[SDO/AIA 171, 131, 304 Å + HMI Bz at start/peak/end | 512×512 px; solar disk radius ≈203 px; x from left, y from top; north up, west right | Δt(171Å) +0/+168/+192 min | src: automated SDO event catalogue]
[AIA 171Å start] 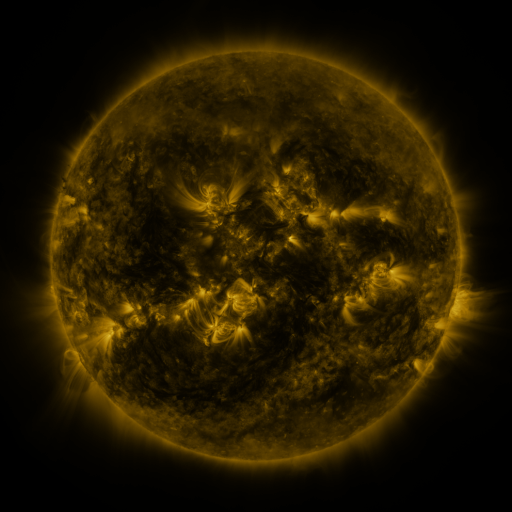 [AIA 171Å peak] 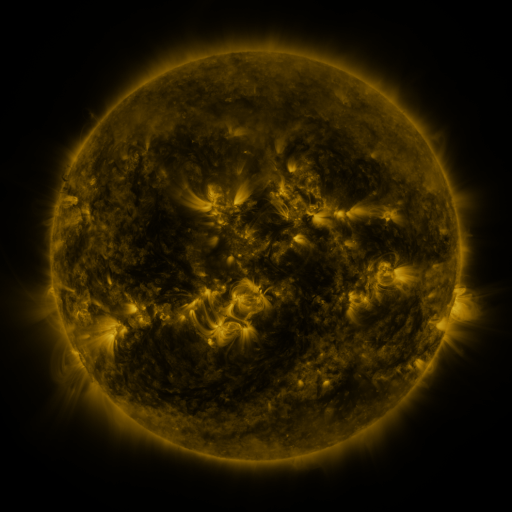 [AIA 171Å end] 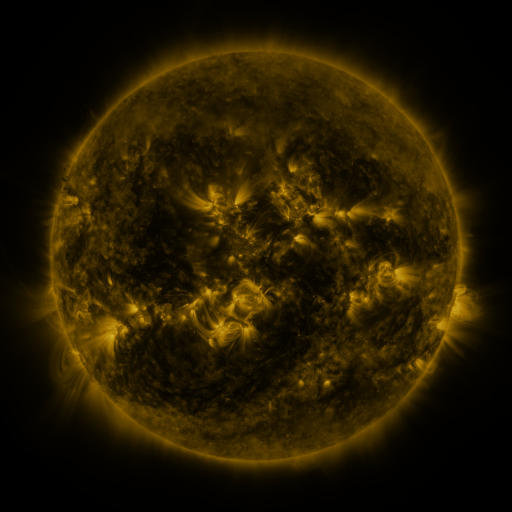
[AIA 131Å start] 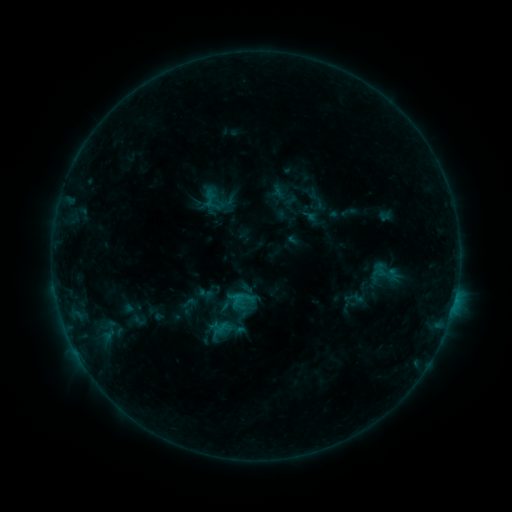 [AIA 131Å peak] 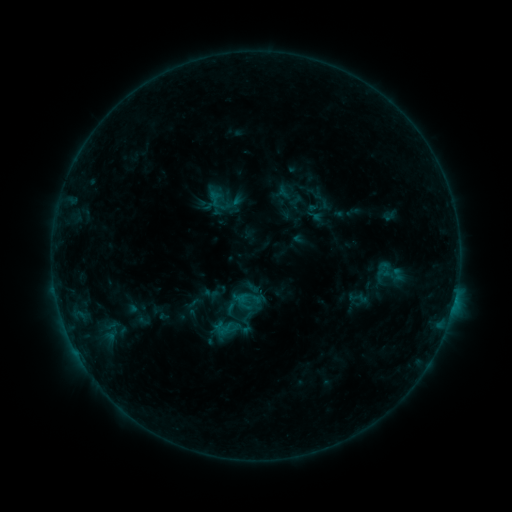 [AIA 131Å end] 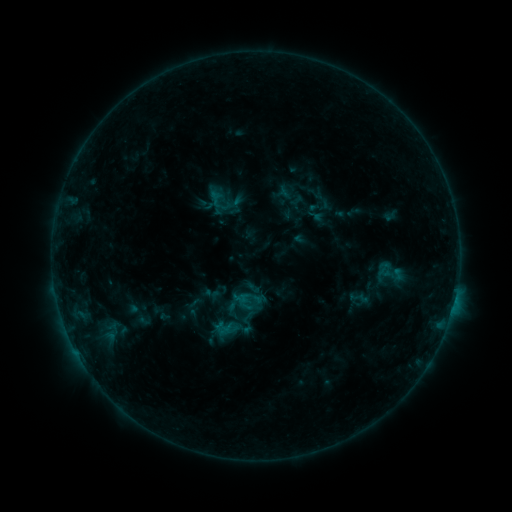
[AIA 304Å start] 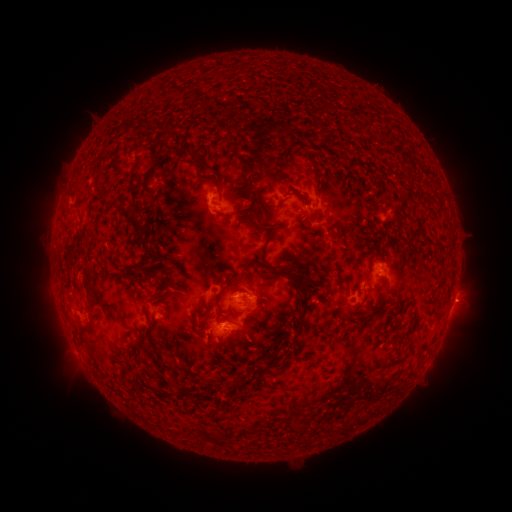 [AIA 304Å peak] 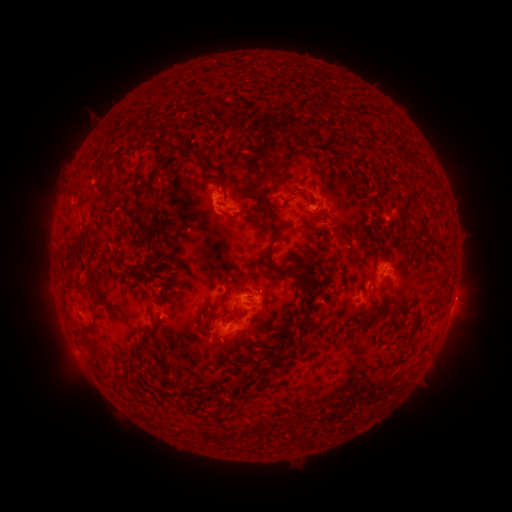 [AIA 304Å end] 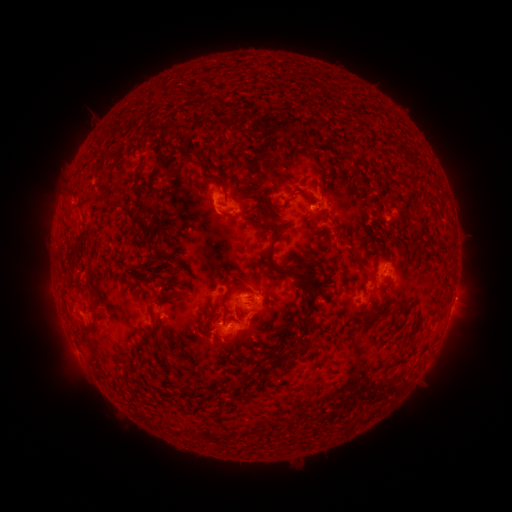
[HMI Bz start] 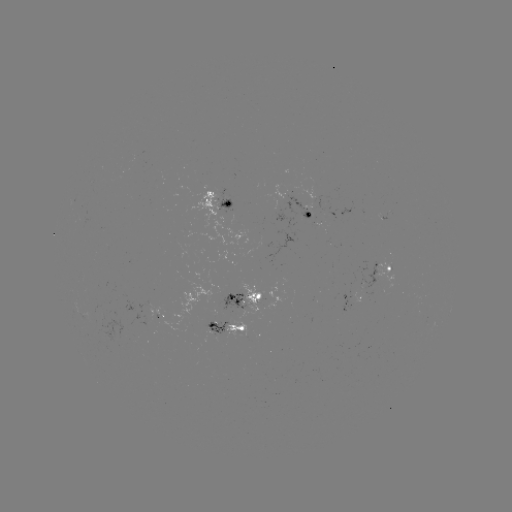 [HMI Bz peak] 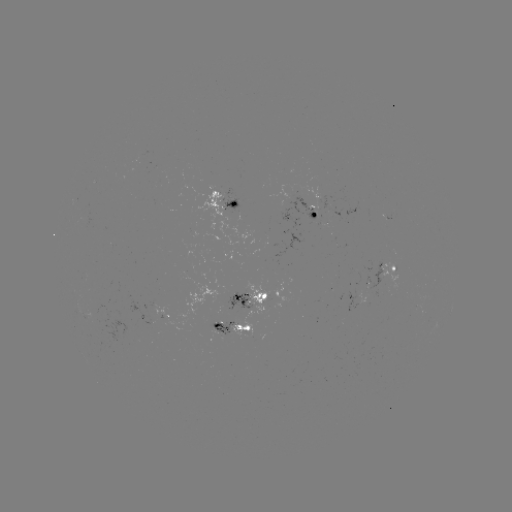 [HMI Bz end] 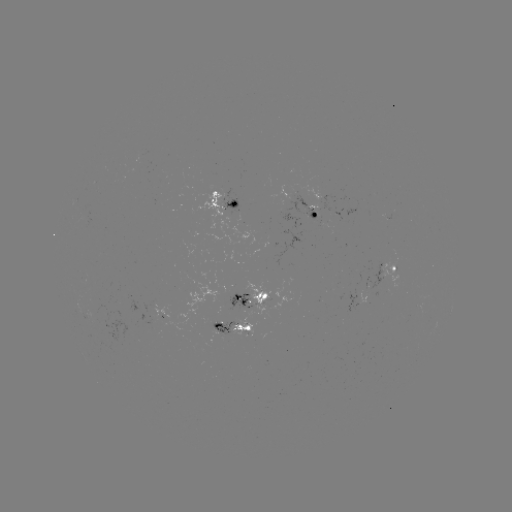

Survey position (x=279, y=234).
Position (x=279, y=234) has emerging-flux region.